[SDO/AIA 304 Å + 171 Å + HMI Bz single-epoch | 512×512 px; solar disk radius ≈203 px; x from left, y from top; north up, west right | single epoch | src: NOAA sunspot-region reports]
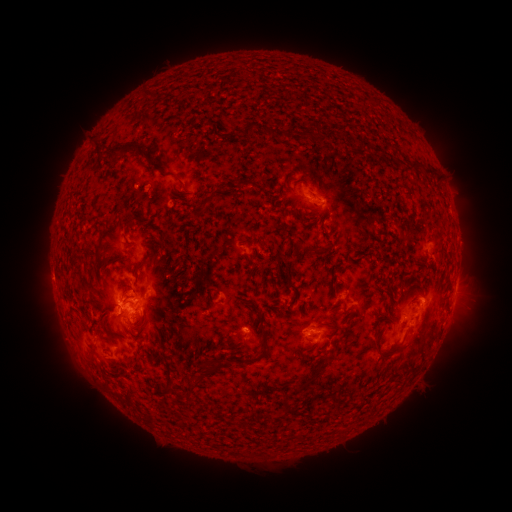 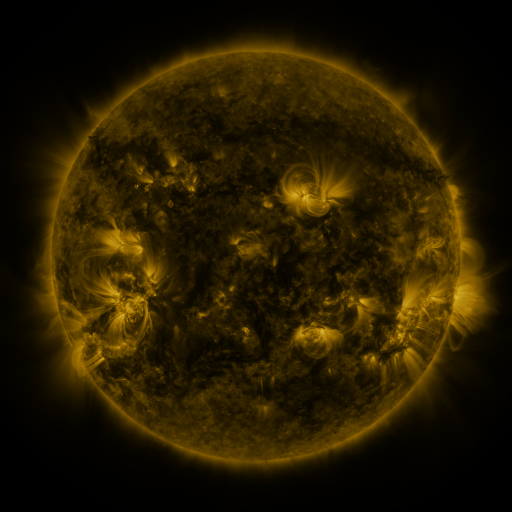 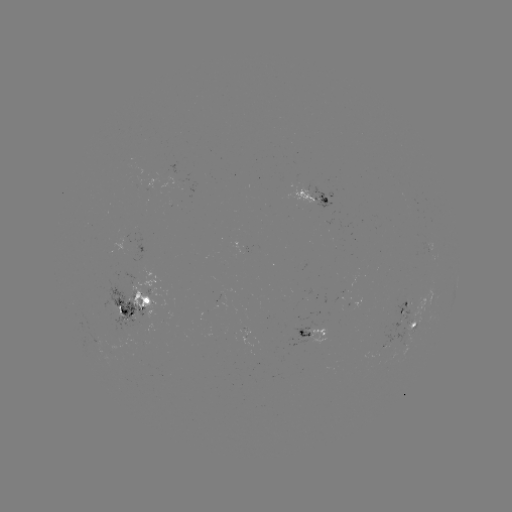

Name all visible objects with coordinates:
spotted active region: (315, 198)
spotted active region: (456, 287)
spotted active region: (138, 305)
spotted active region: (406, 307)
spotted active region: (414, 326)
spotted active region: (312, 331)
